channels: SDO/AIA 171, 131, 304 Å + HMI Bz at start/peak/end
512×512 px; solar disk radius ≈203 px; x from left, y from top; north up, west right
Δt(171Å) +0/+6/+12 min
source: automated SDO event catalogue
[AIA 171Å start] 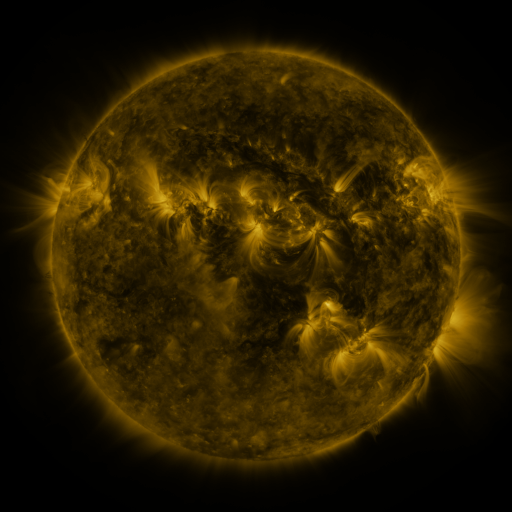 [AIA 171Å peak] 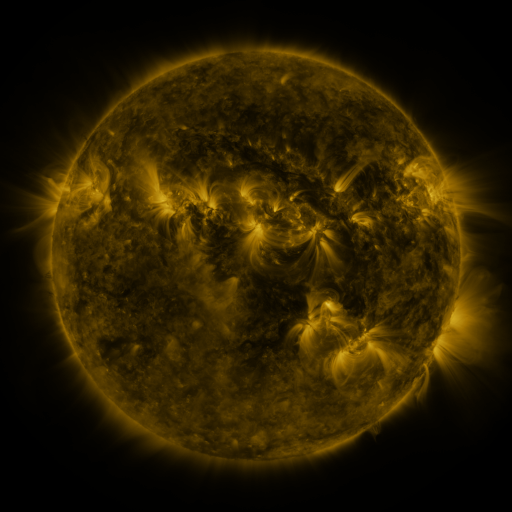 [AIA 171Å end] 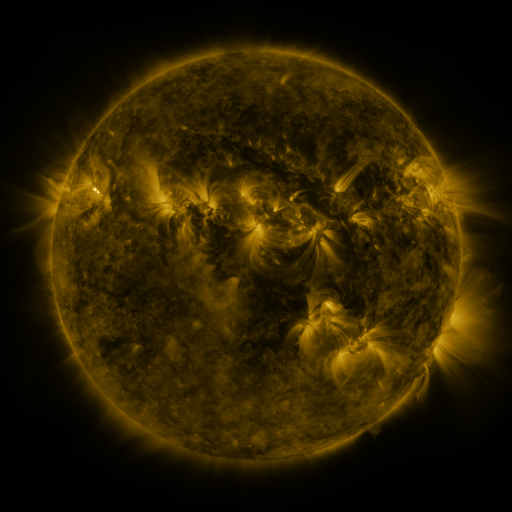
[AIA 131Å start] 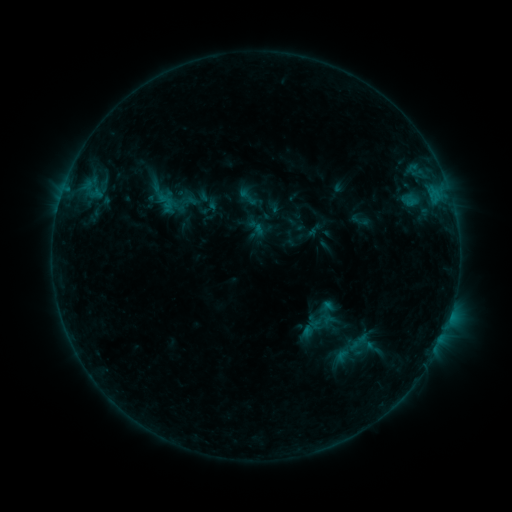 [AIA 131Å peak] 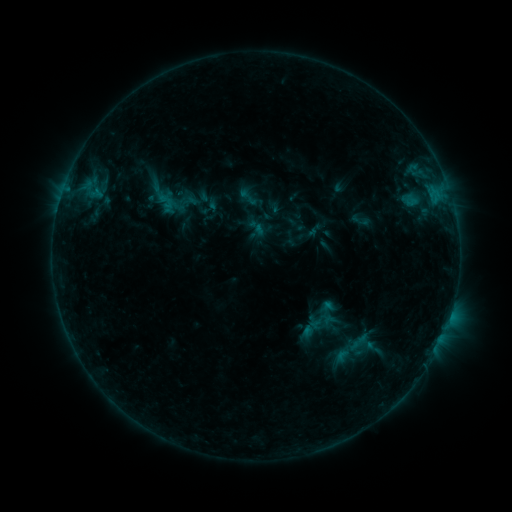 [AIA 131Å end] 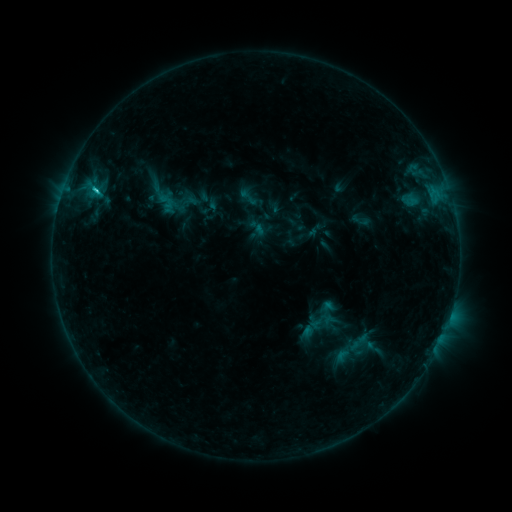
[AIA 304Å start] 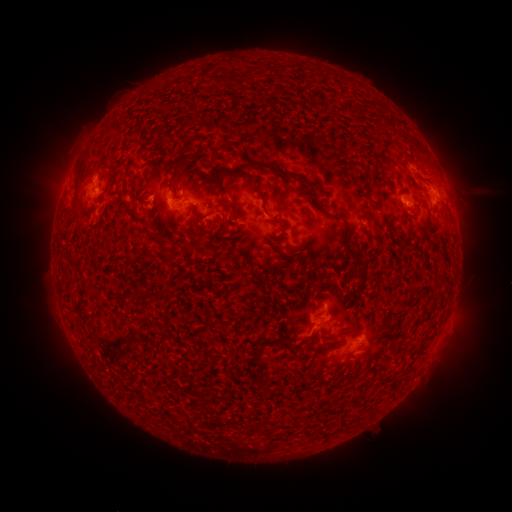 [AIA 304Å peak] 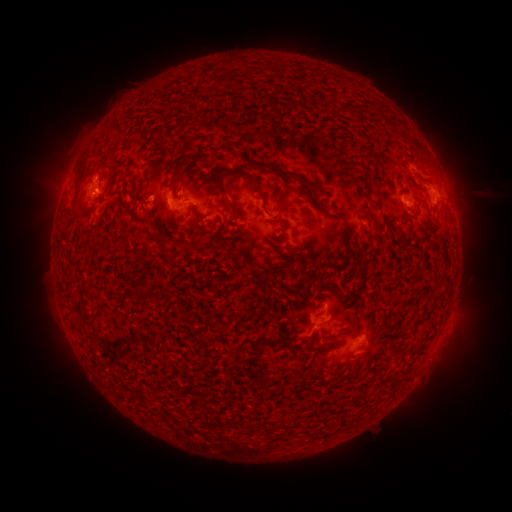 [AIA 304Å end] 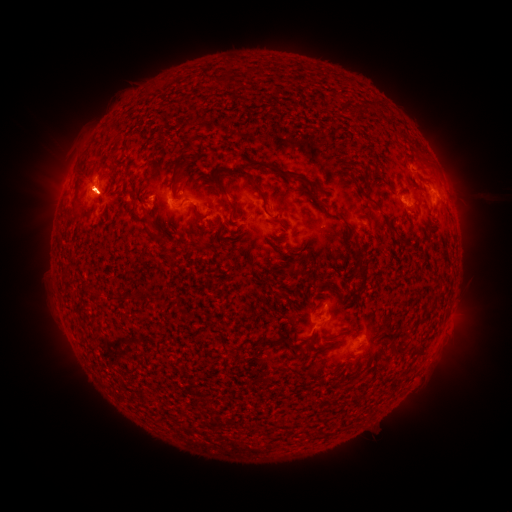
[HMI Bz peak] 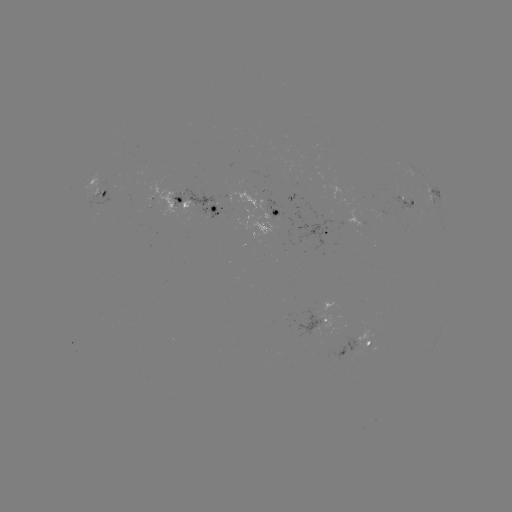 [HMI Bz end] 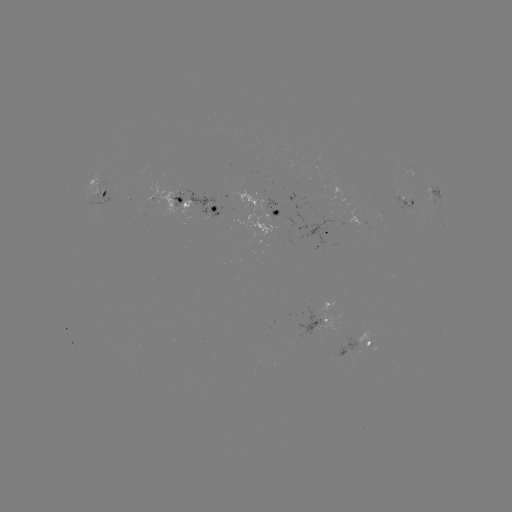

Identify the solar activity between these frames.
C1.2 flare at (450, 315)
